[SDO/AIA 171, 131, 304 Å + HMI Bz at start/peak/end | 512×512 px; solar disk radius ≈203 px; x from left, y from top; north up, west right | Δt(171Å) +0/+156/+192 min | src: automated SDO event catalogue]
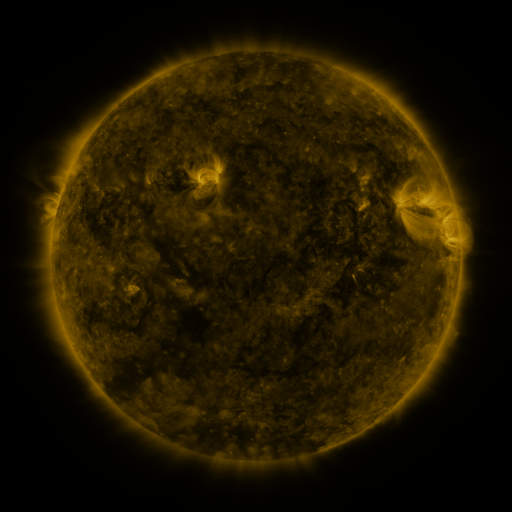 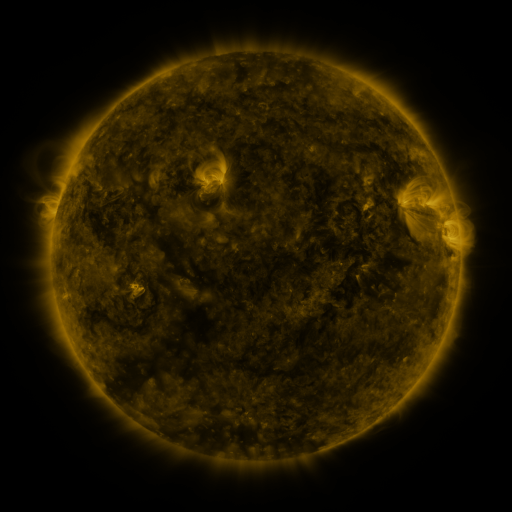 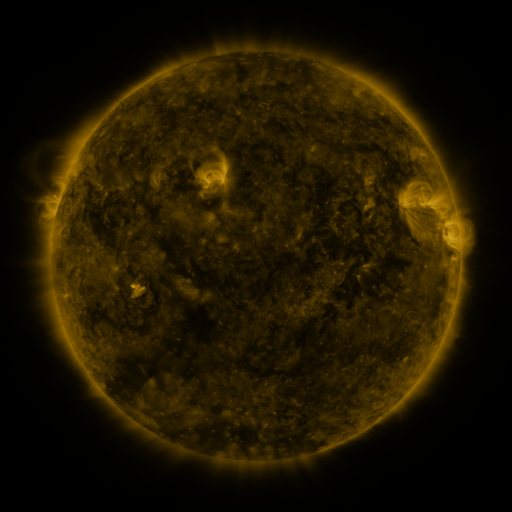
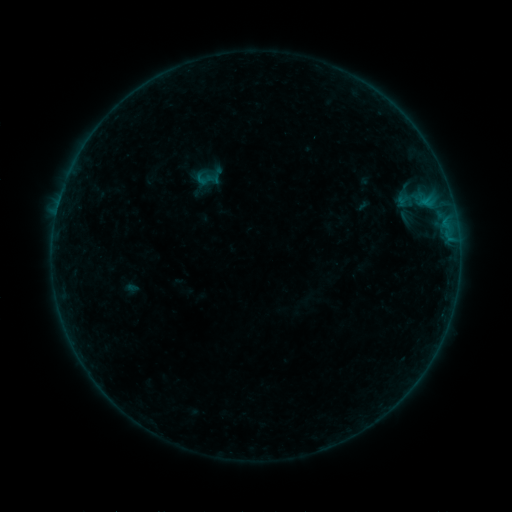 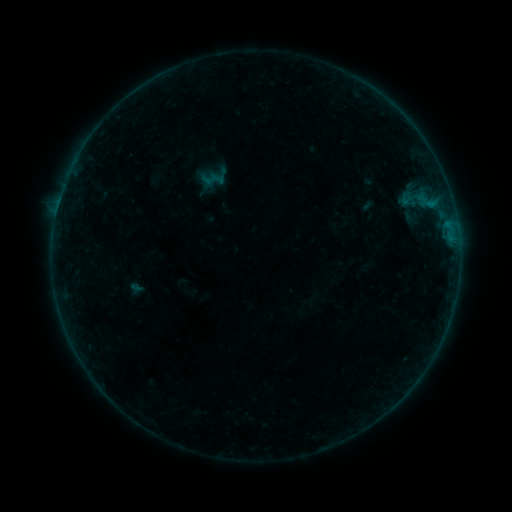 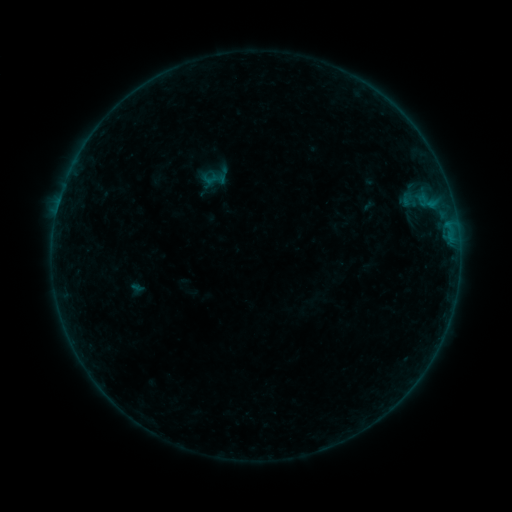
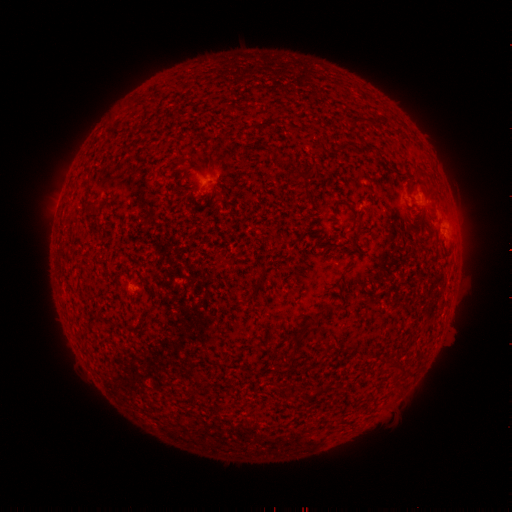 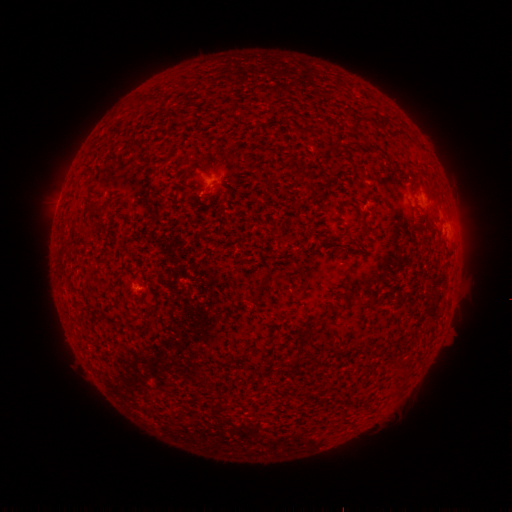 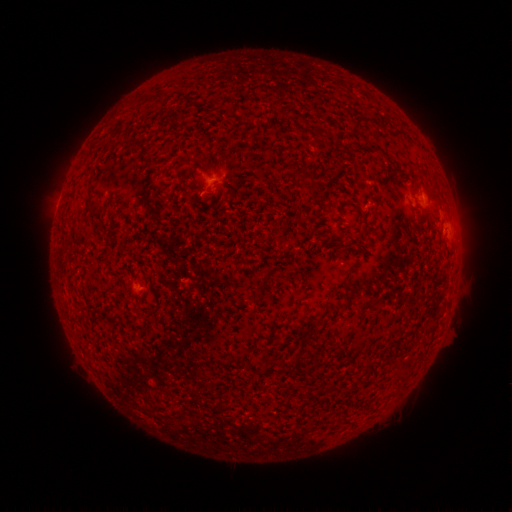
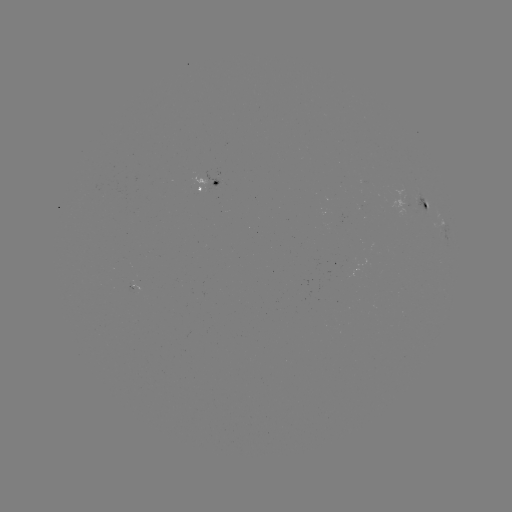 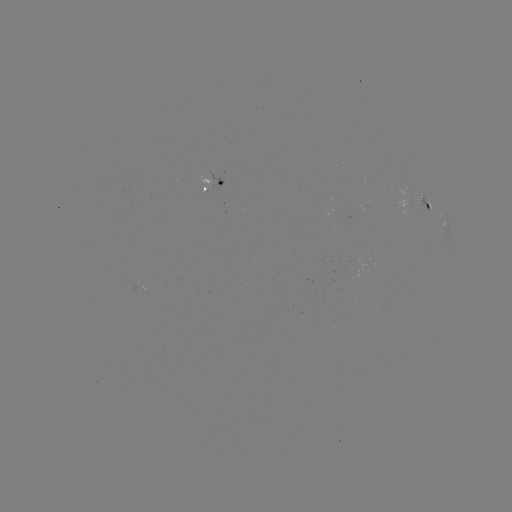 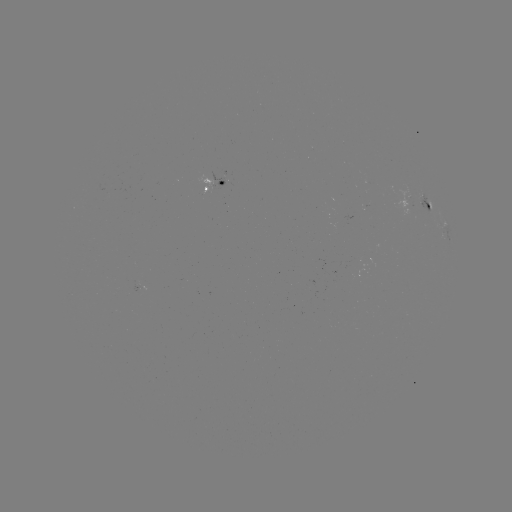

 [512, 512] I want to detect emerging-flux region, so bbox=[388, 184, 417, 218].